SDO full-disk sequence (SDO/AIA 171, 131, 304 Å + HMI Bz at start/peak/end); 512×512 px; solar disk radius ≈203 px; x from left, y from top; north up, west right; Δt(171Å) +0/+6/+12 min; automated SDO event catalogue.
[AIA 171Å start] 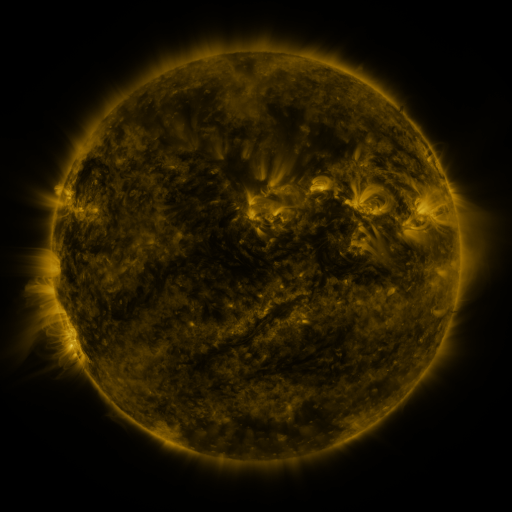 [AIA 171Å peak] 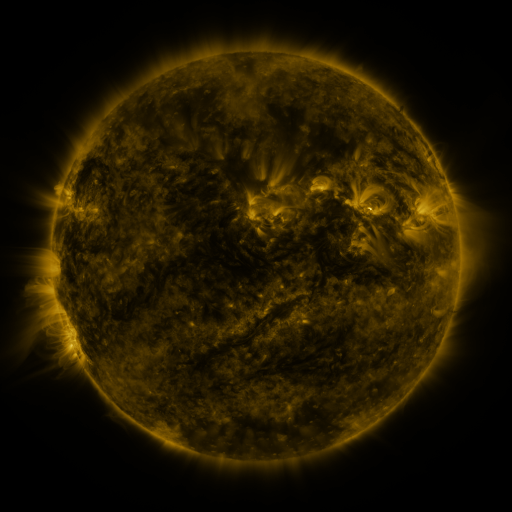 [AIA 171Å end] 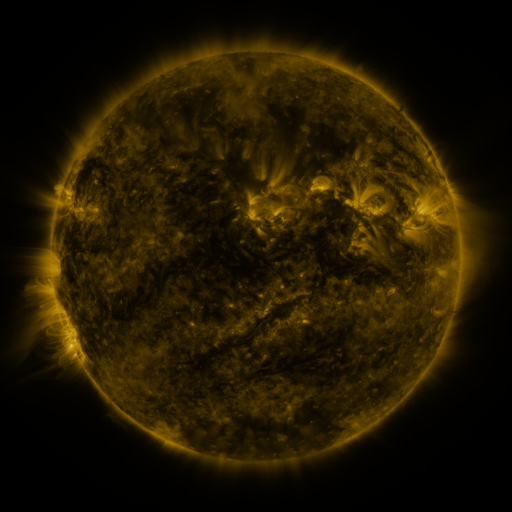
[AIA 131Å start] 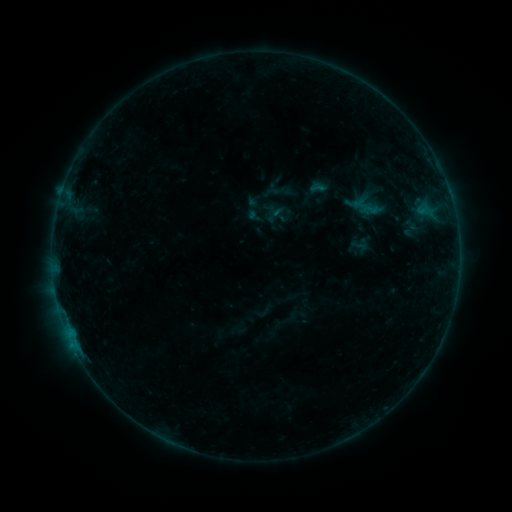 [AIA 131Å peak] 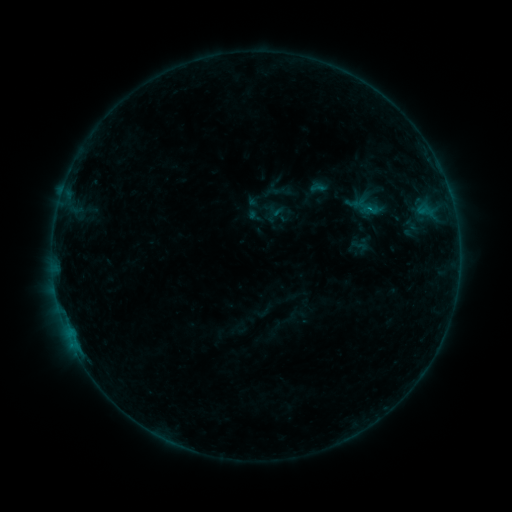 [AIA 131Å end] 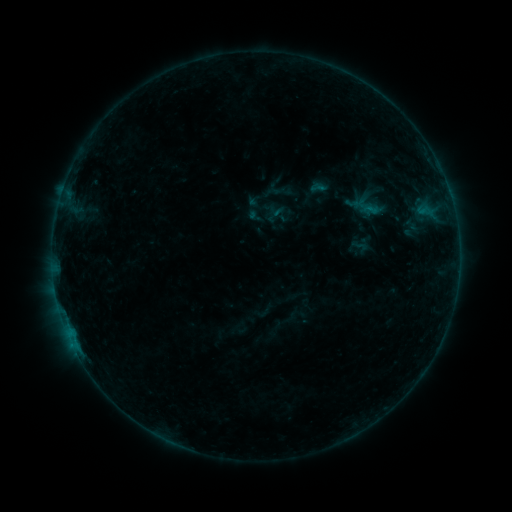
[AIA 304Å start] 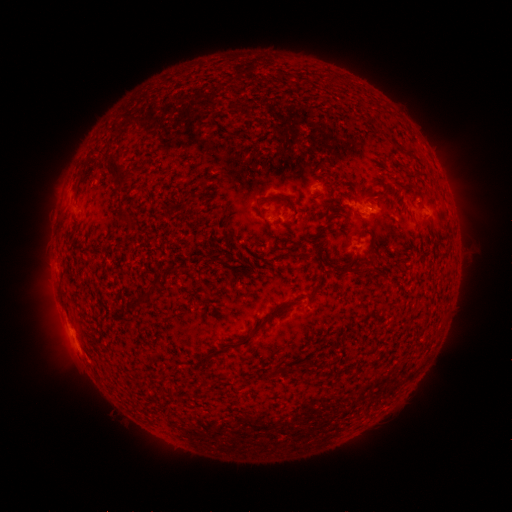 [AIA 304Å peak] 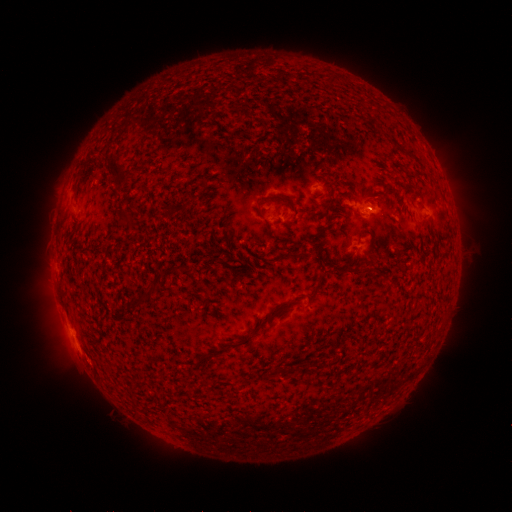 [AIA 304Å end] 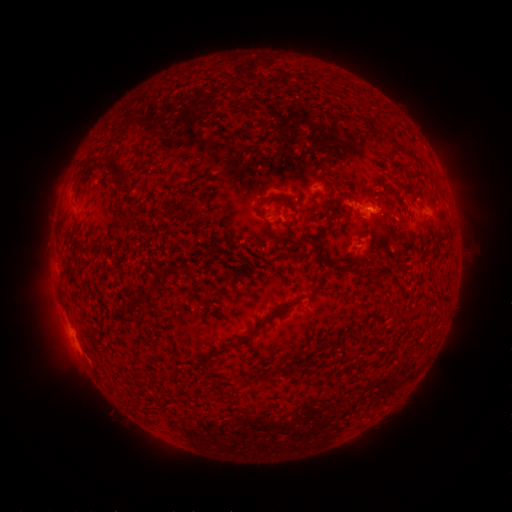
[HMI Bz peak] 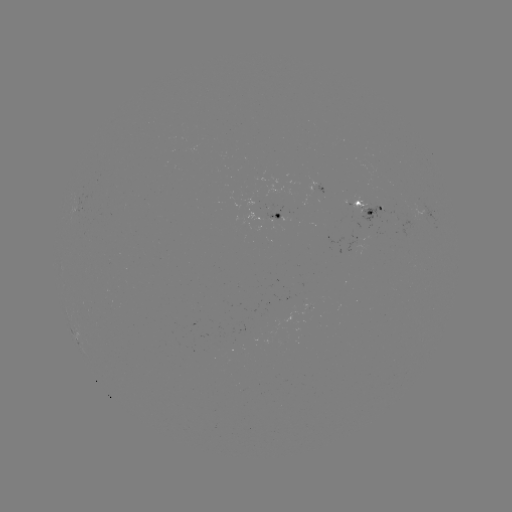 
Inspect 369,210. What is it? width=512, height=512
B2.5 flare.